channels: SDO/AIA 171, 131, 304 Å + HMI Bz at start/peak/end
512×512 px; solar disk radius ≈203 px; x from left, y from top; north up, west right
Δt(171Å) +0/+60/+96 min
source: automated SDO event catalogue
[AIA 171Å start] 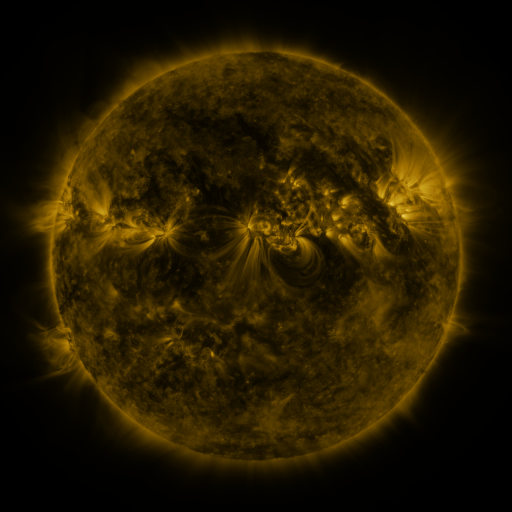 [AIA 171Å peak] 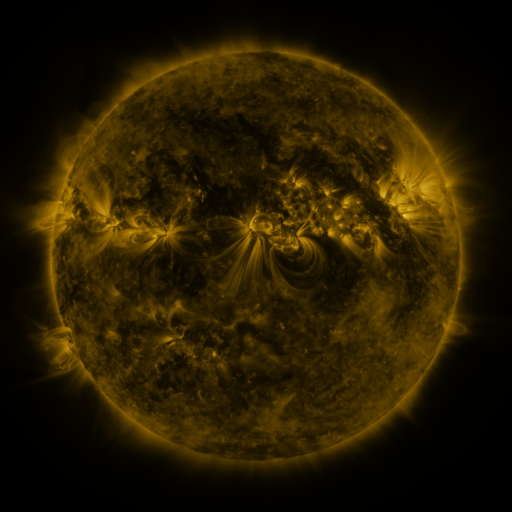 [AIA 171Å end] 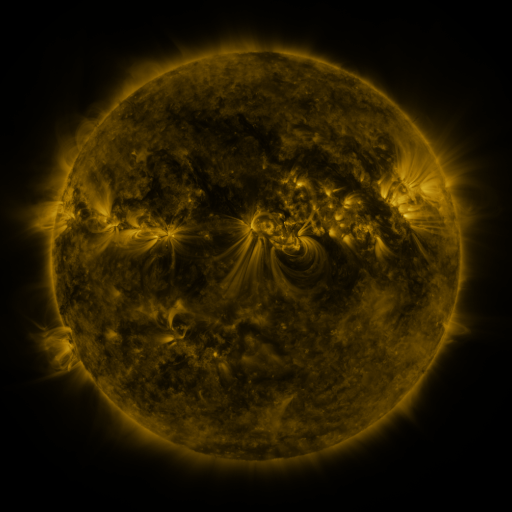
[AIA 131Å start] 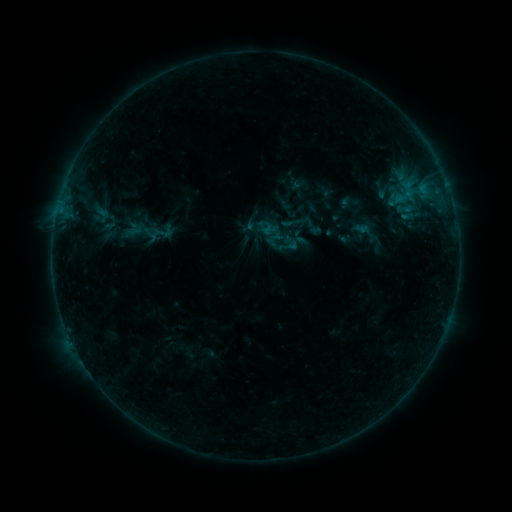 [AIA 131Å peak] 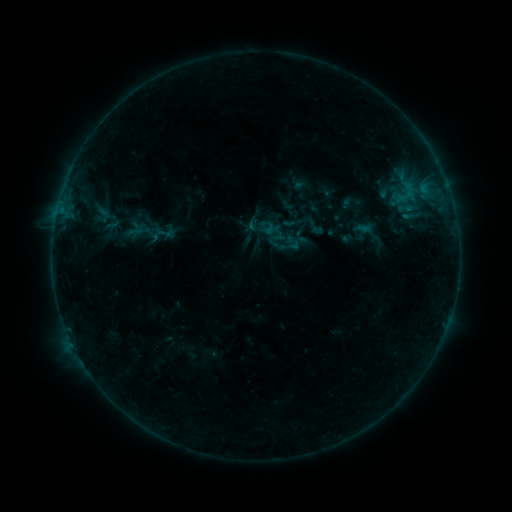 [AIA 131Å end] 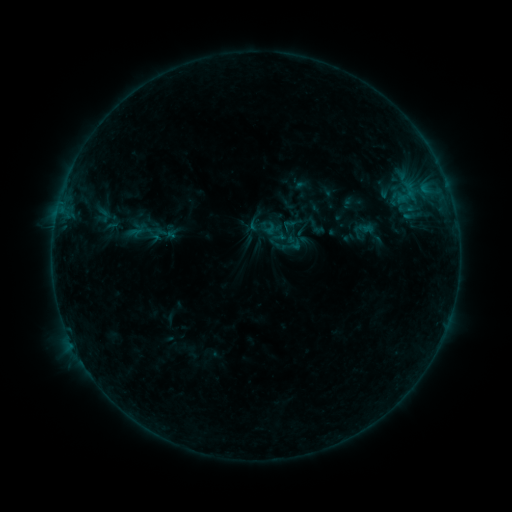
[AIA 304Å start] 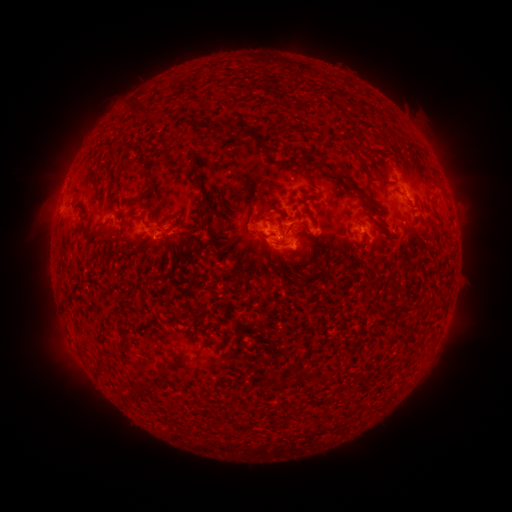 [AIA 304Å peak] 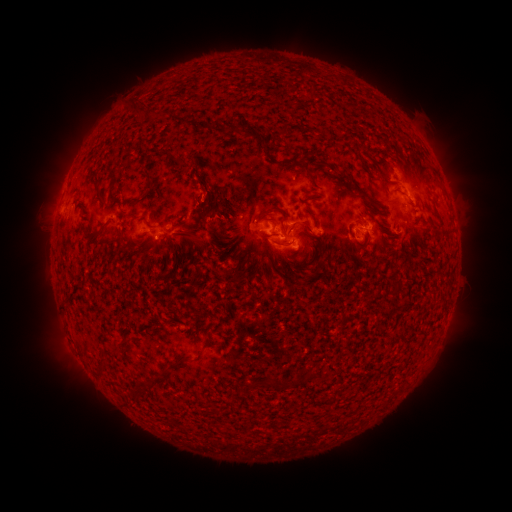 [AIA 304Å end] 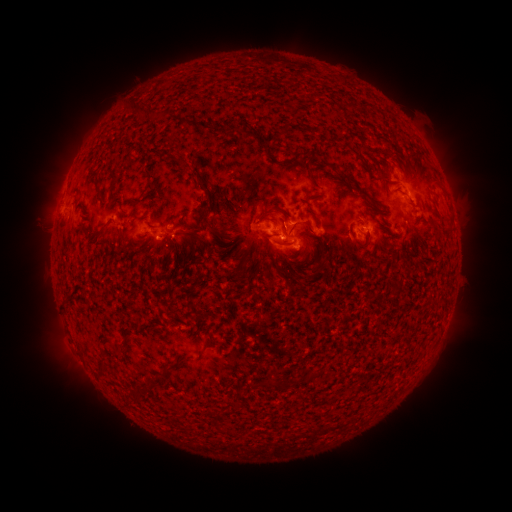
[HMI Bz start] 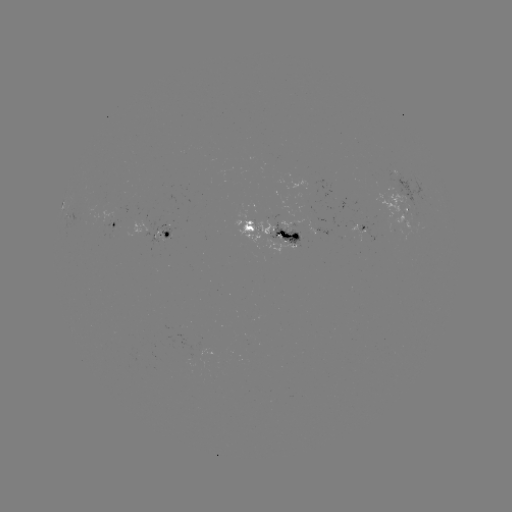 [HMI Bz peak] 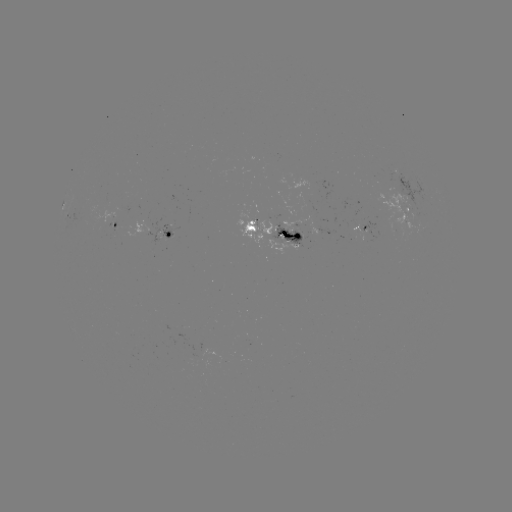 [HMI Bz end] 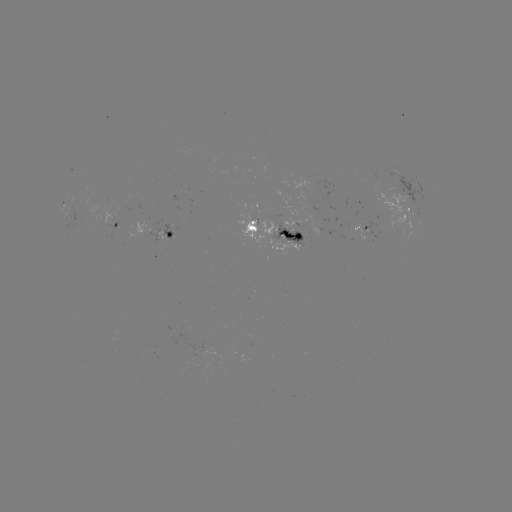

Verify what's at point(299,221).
emerging-flux region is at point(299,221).